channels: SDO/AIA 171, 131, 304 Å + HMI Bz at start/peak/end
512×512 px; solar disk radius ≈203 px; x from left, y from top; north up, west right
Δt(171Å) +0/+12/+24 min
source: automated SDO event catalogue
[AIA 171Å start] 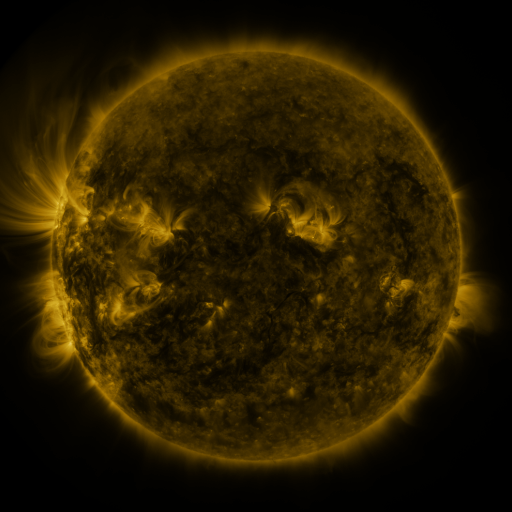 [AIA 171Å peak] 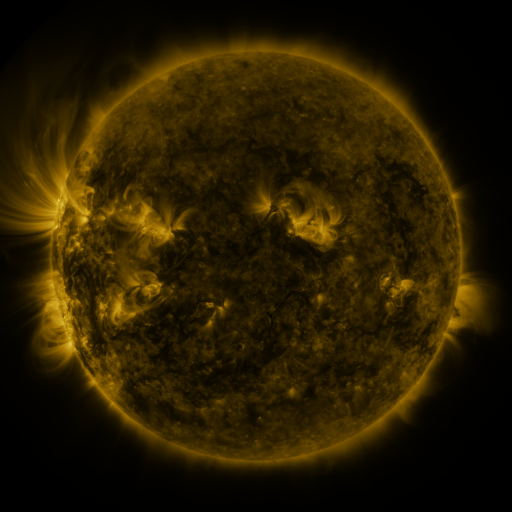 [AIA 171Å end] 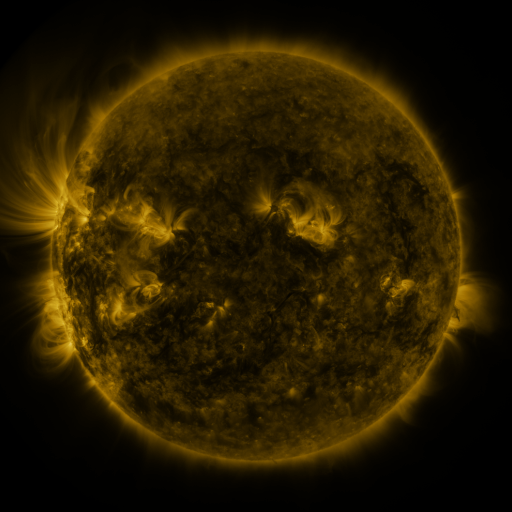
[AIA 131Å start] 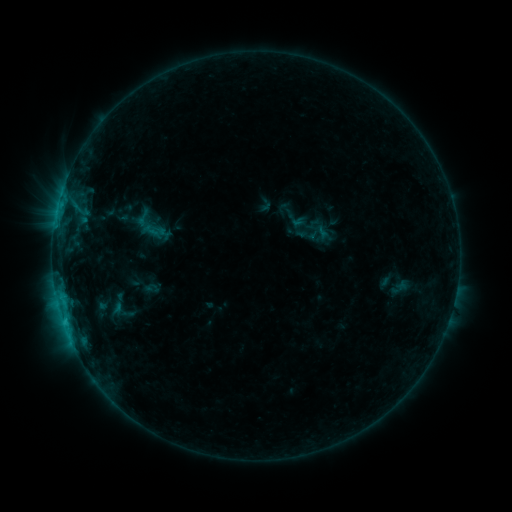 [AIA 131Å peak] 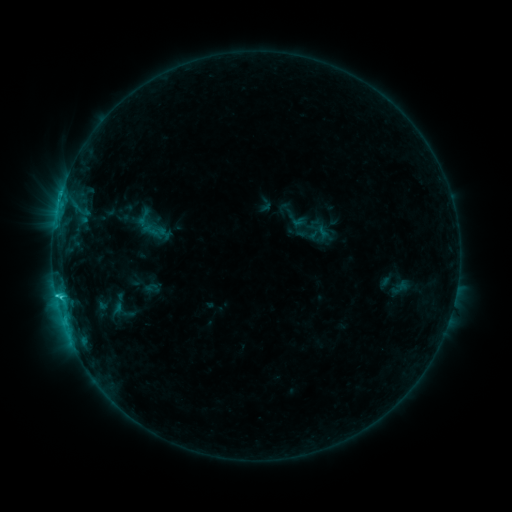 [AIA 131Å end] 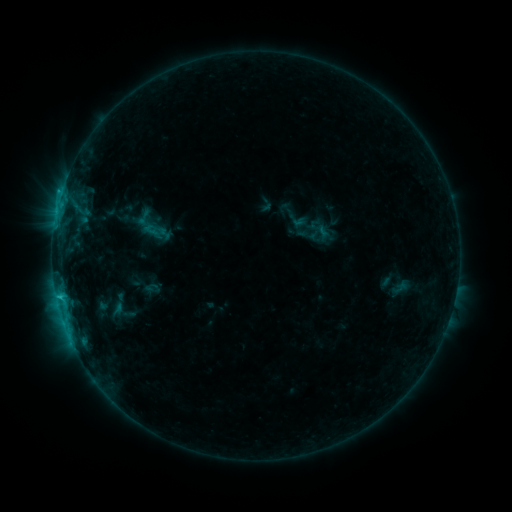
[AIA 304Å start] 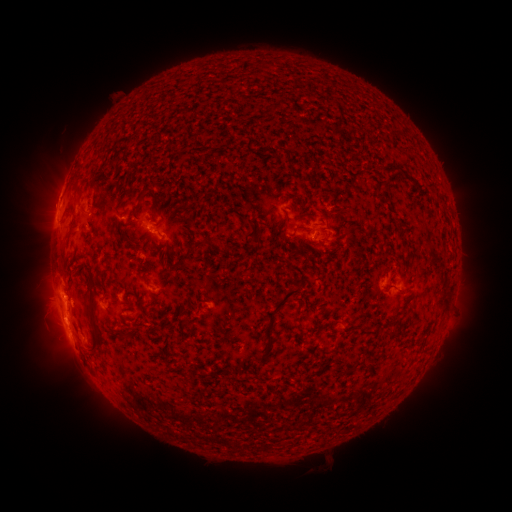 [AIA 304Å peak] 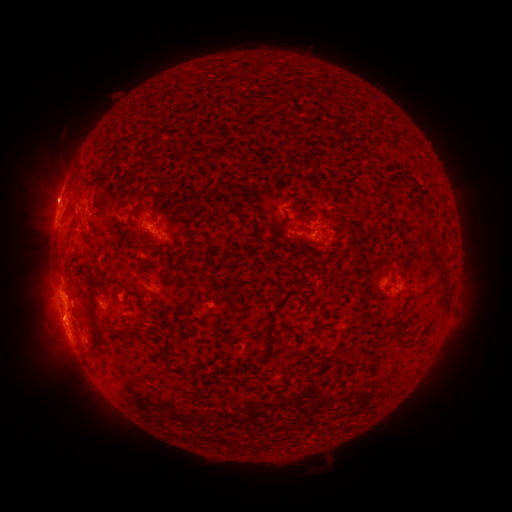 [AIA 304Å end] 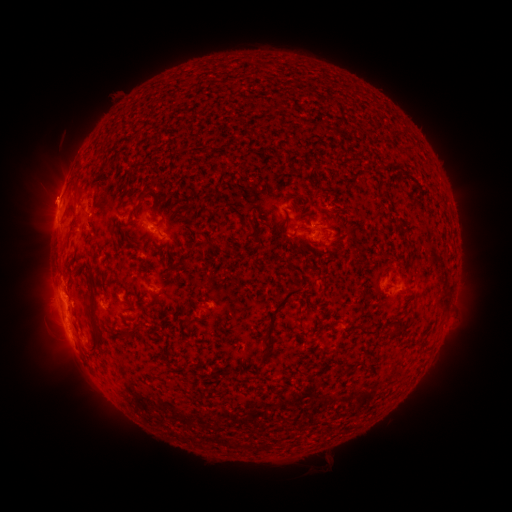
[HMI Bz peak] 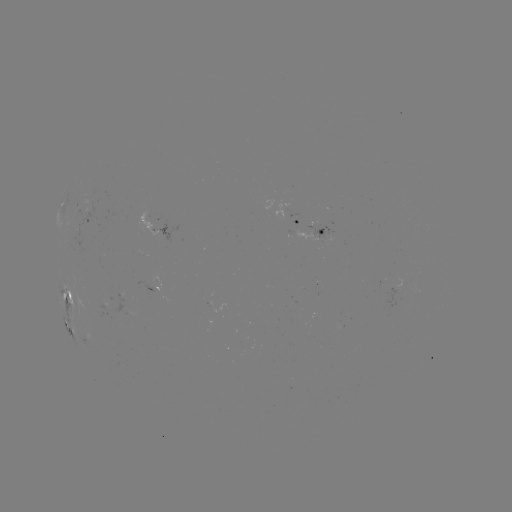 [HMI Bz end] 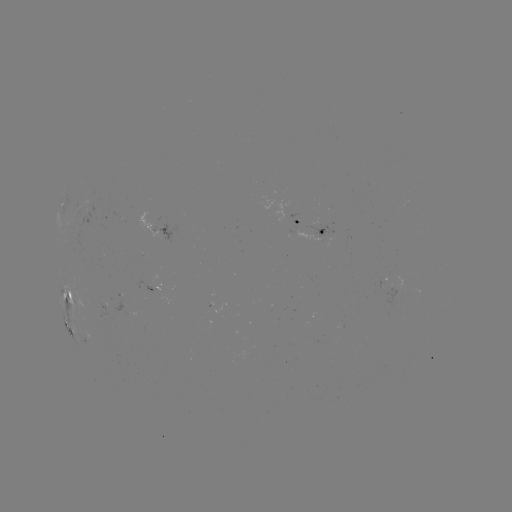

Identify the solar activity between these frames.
C1.8 flare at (60, 296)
